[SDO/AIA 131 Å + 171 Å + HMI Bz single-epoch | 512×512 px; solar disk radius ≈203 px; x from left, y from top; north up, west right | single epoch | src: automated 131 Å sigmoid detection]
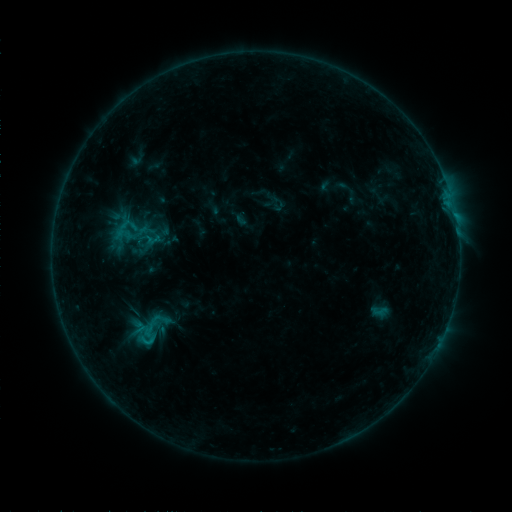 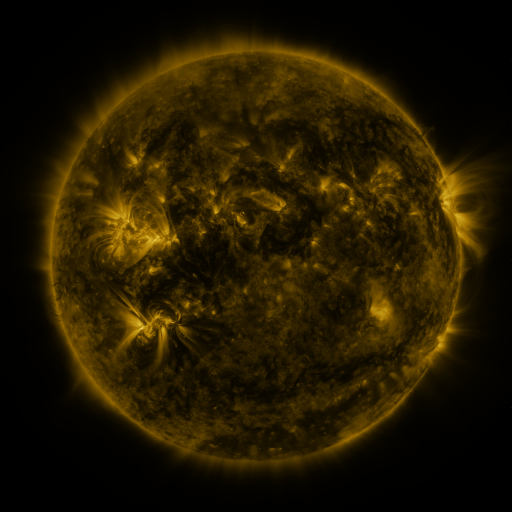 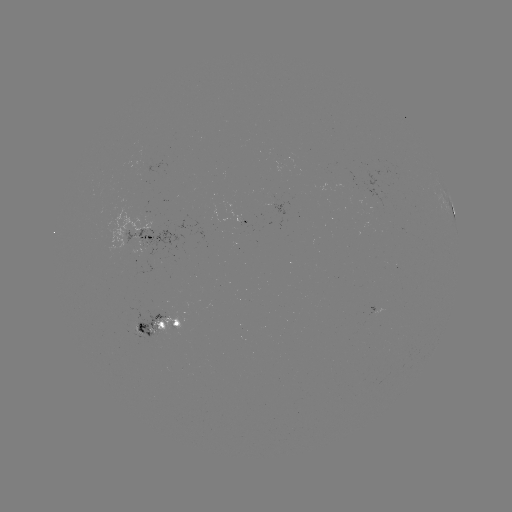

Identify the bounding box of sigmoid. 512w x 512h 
[130, 329, 164, 350].